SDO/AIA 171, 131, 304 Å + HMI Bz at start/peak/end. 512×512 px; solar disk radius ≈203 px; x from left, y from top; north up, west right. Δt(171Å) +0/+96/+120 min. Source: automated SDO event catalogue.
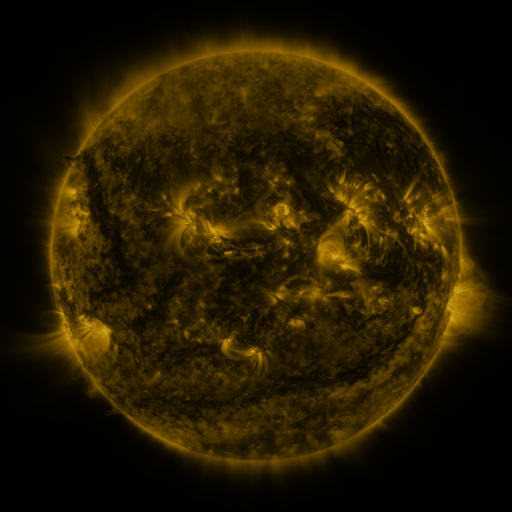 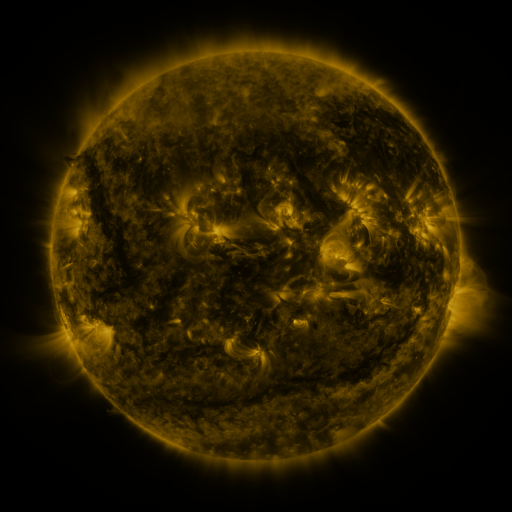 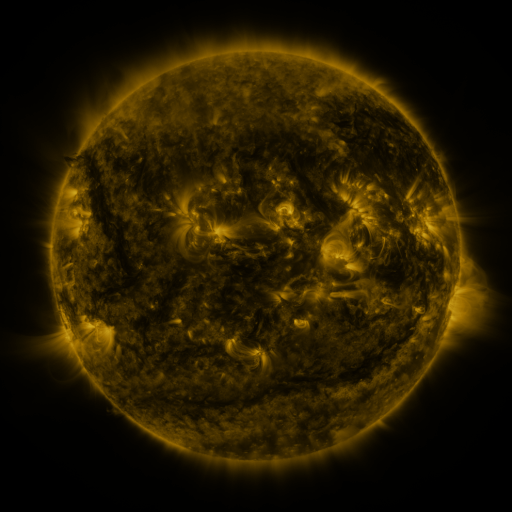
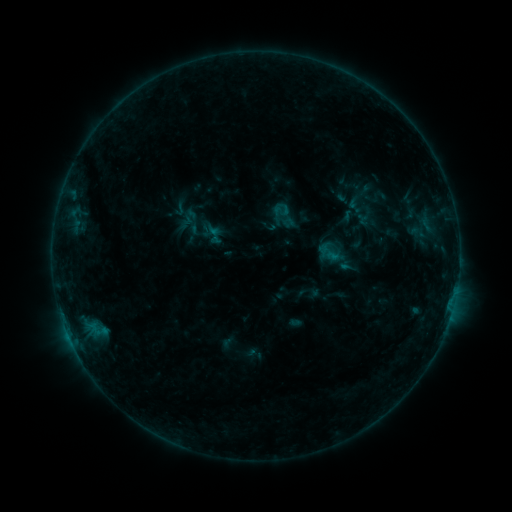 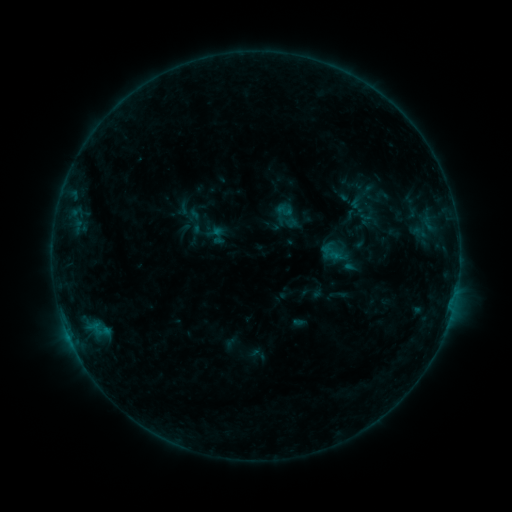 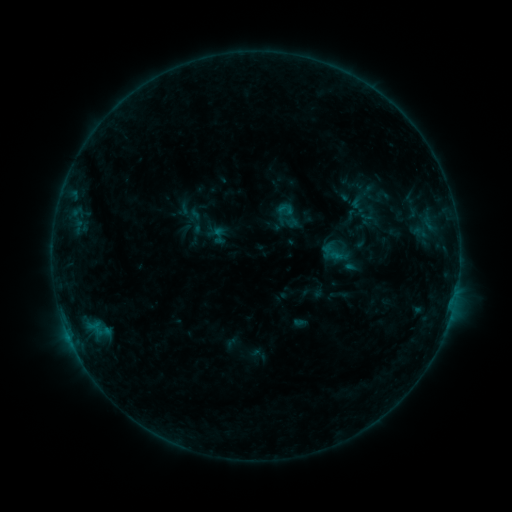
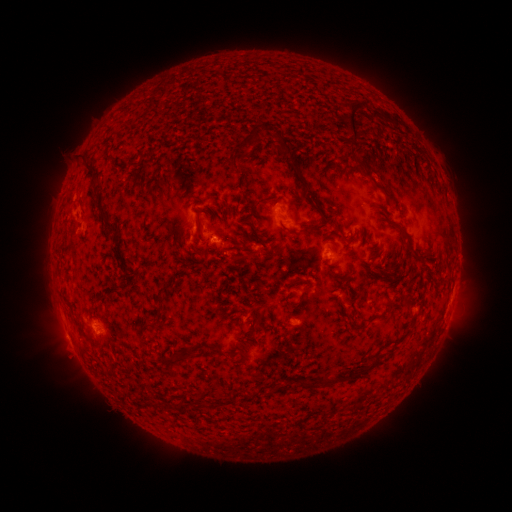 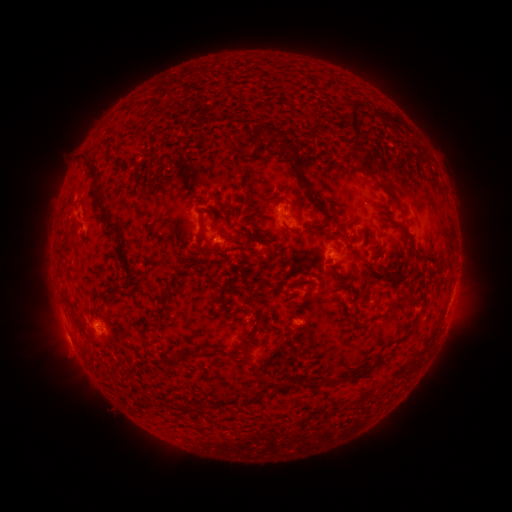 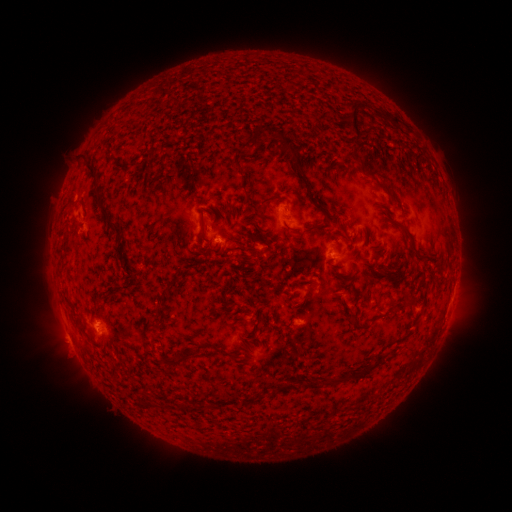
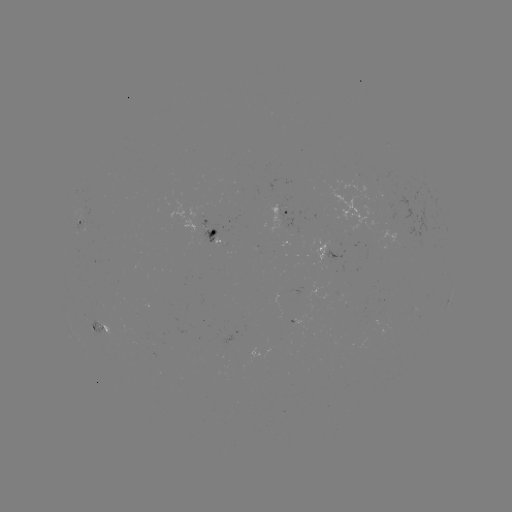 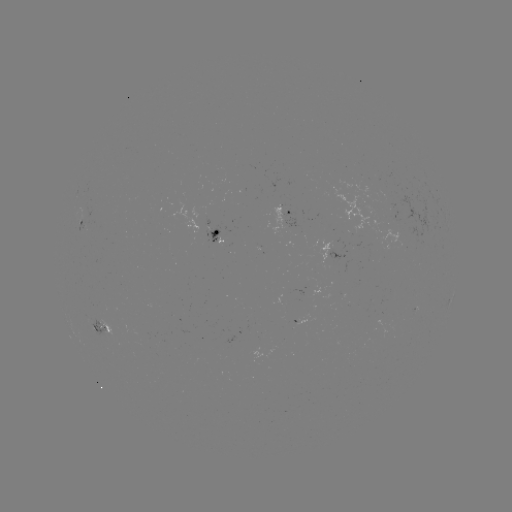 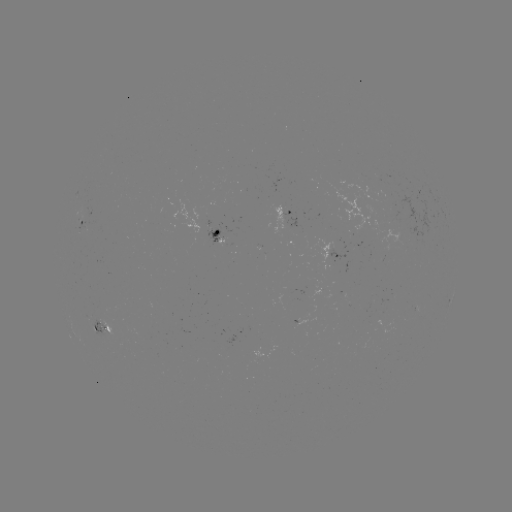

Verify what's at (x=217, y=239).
emerging-flux region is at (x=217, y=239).